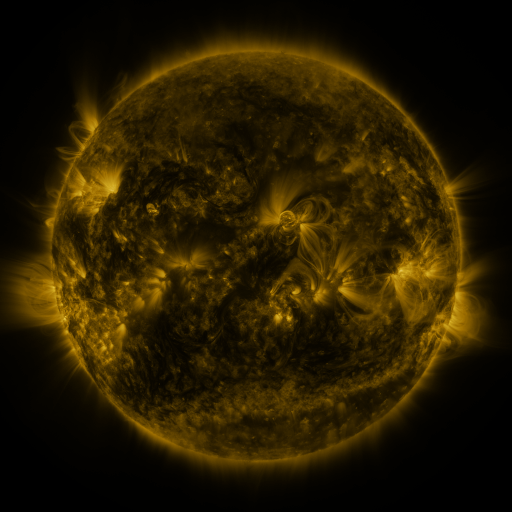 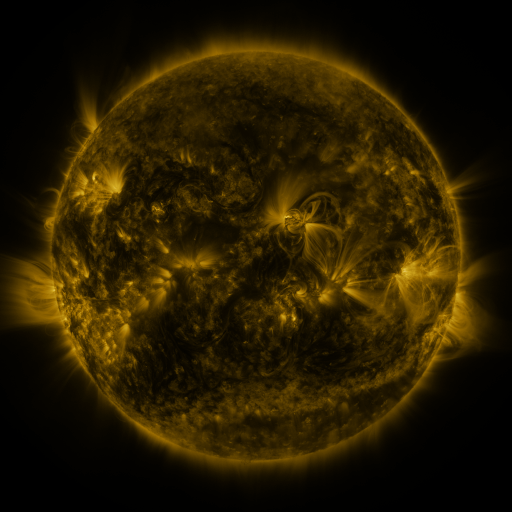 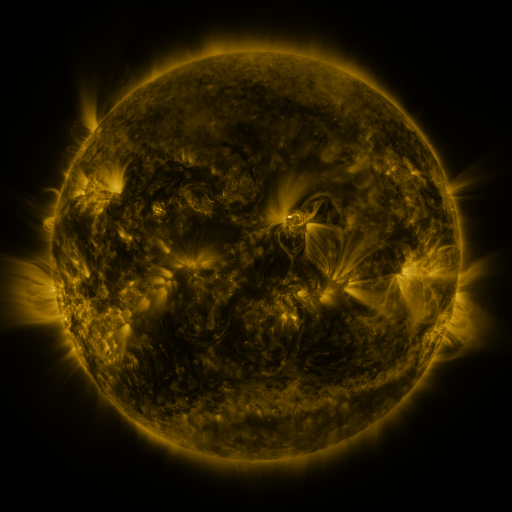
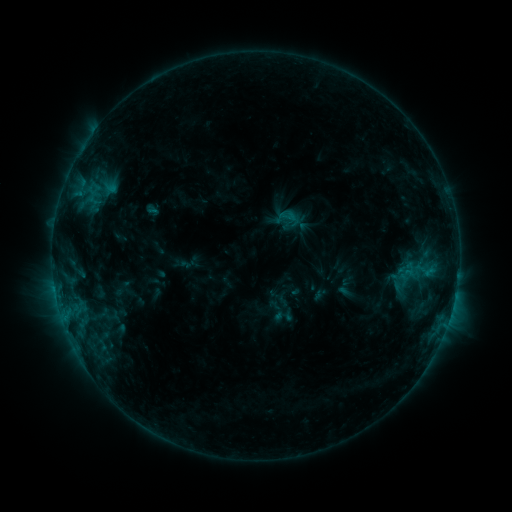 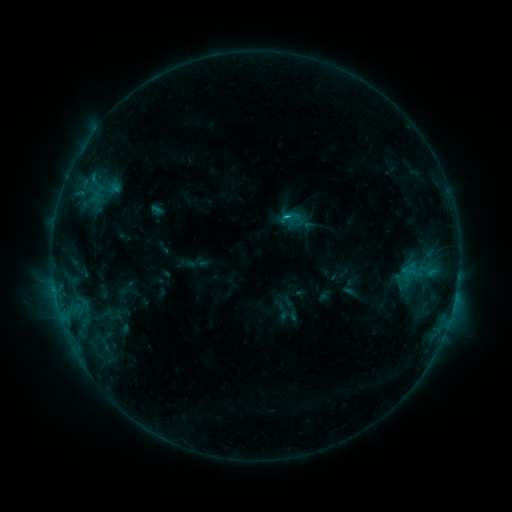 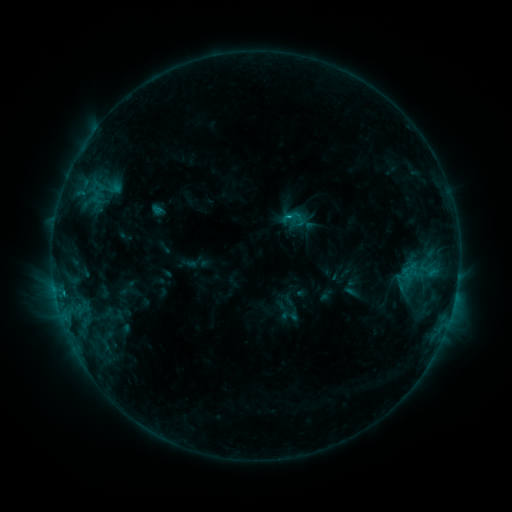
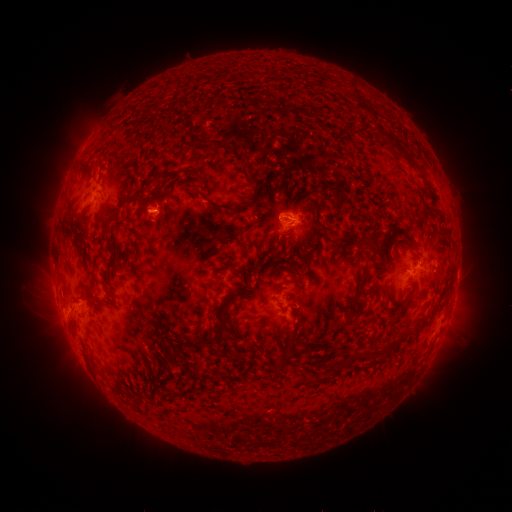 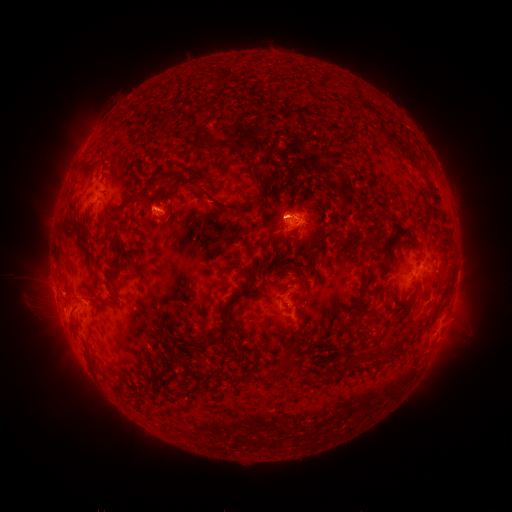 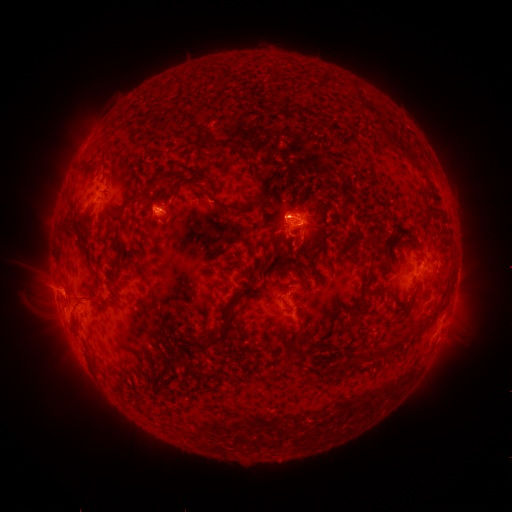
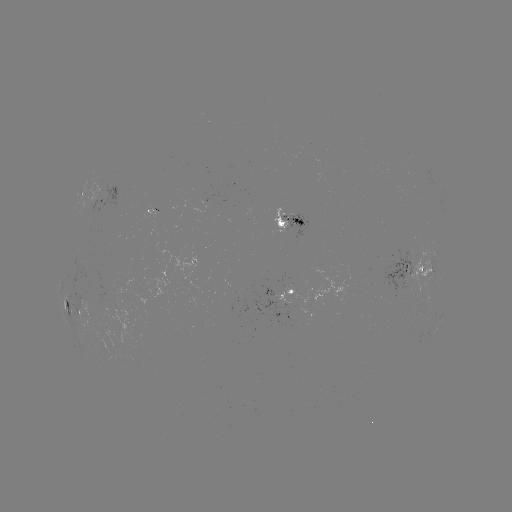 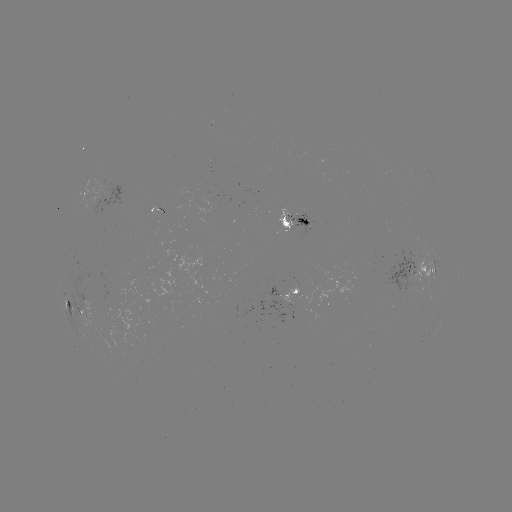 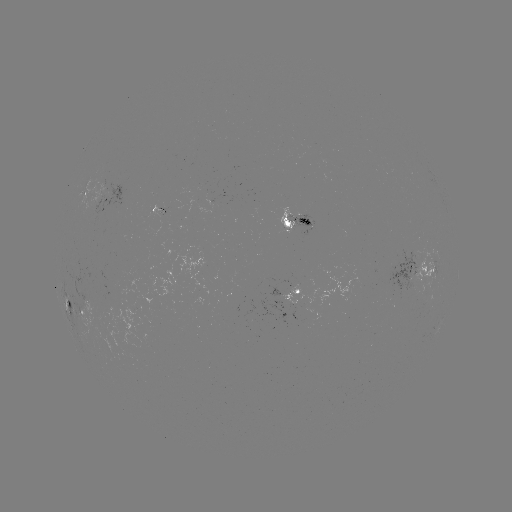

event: emerging-flux region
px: (299, 219)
